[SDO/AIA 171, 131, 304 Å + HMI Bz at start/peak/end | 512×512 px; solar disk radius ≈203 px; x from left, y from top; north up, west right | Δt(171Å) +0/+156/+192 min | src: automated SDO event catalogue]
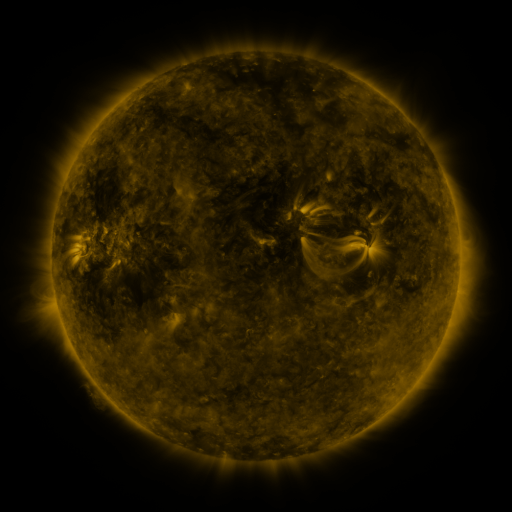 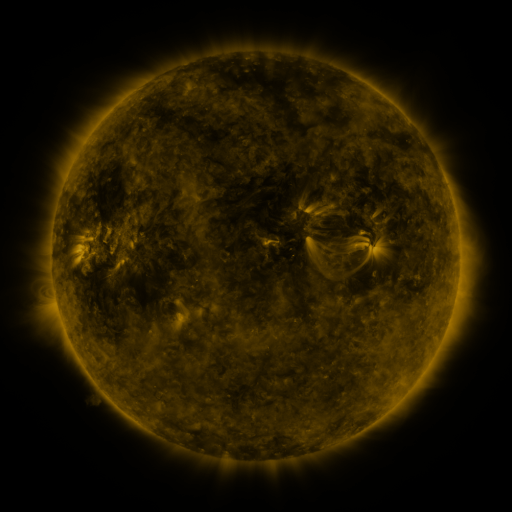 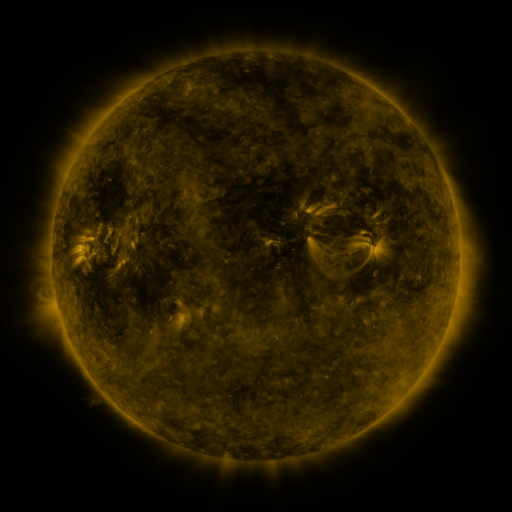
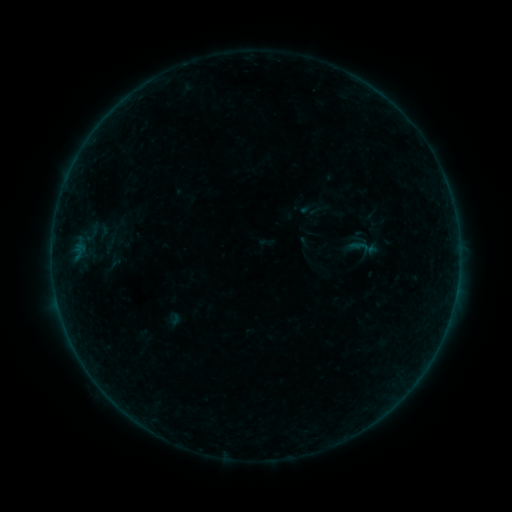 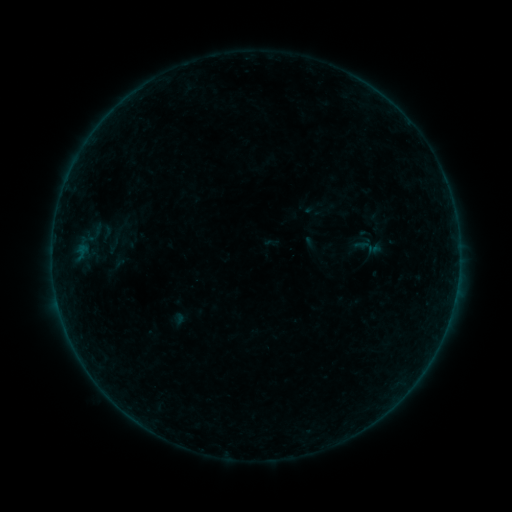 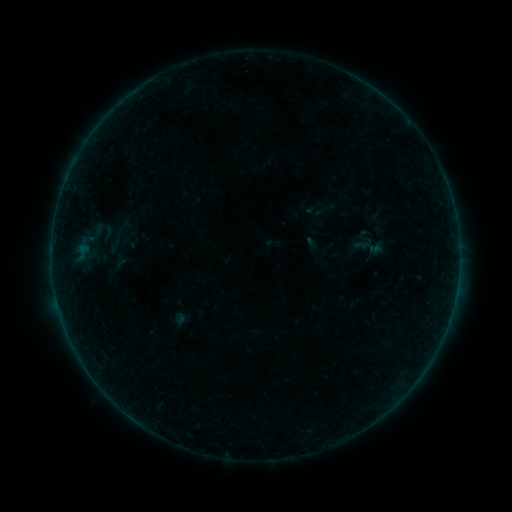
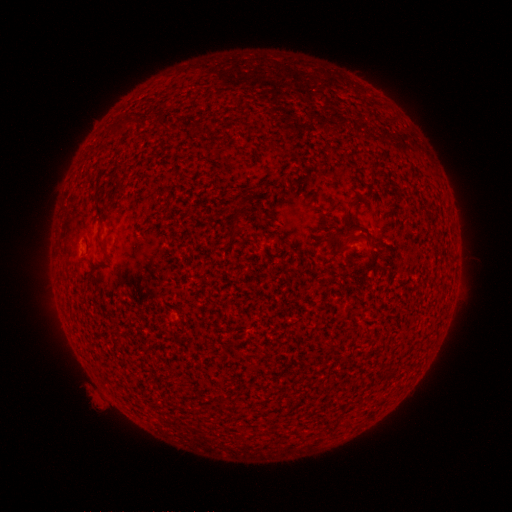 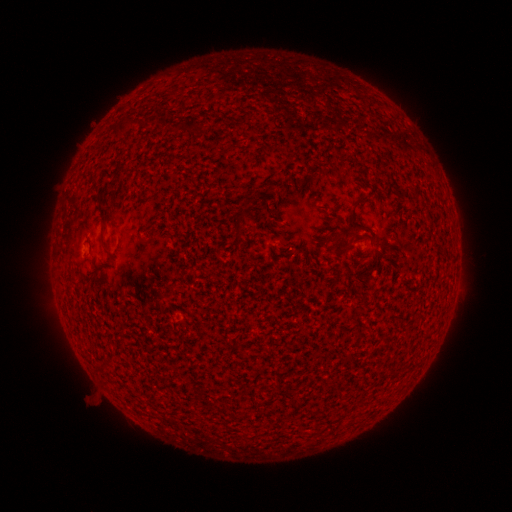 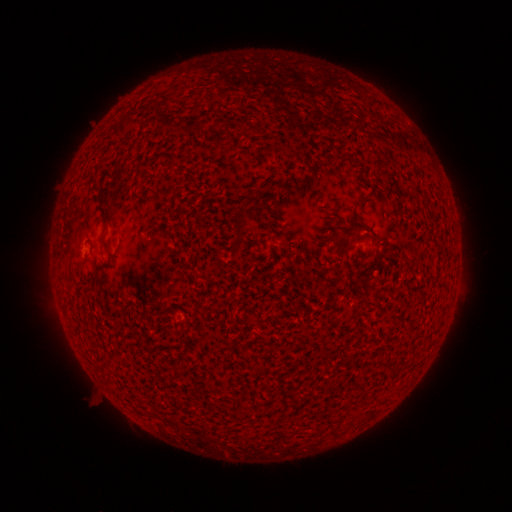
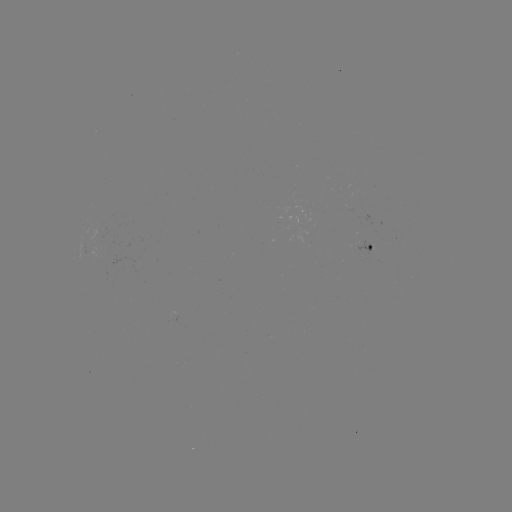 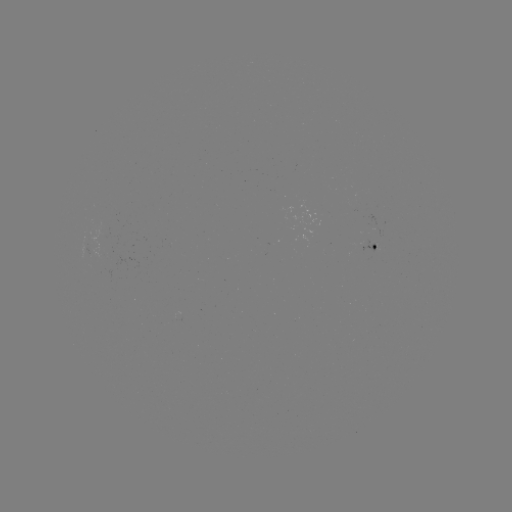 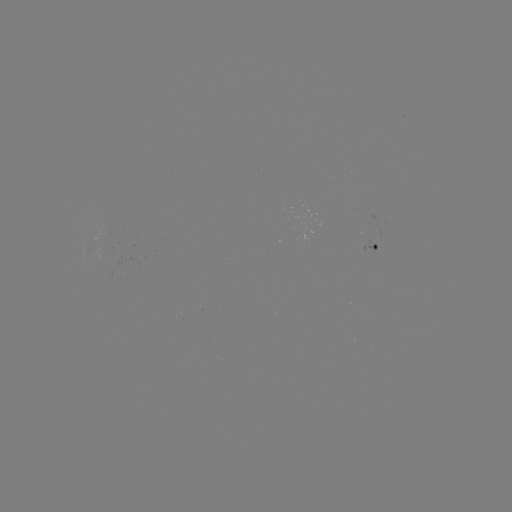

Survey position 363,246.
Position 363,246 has emerging-flux region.